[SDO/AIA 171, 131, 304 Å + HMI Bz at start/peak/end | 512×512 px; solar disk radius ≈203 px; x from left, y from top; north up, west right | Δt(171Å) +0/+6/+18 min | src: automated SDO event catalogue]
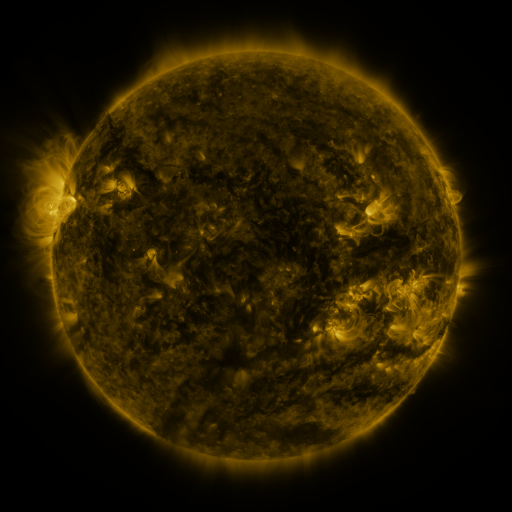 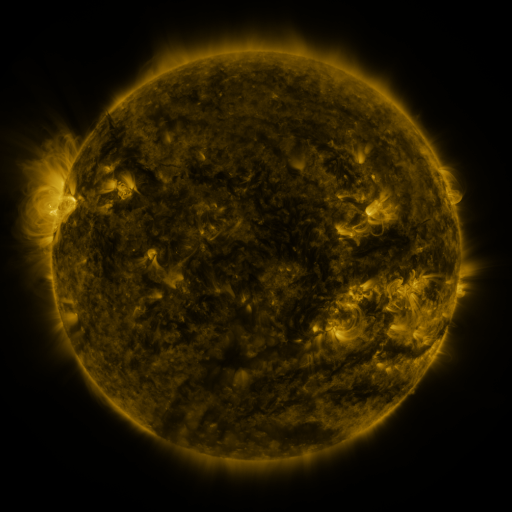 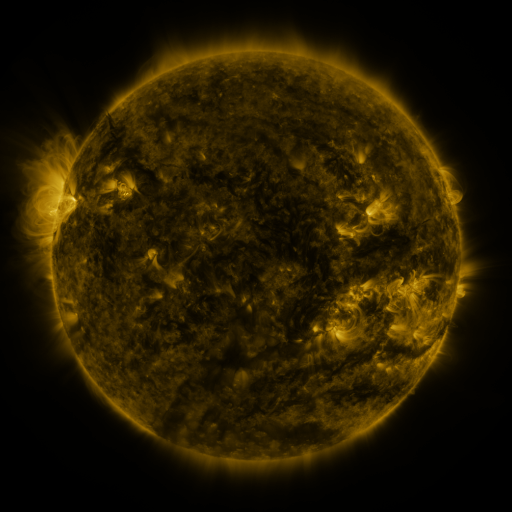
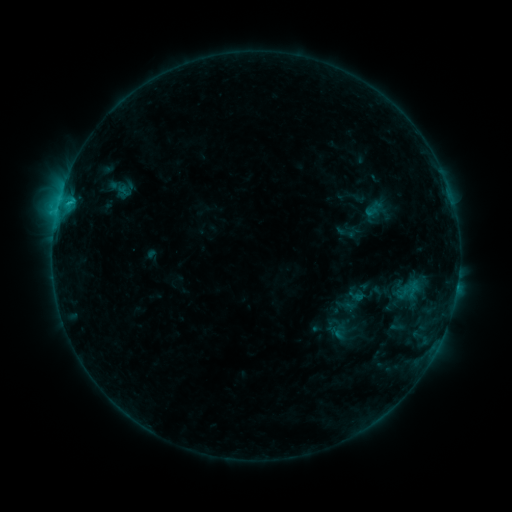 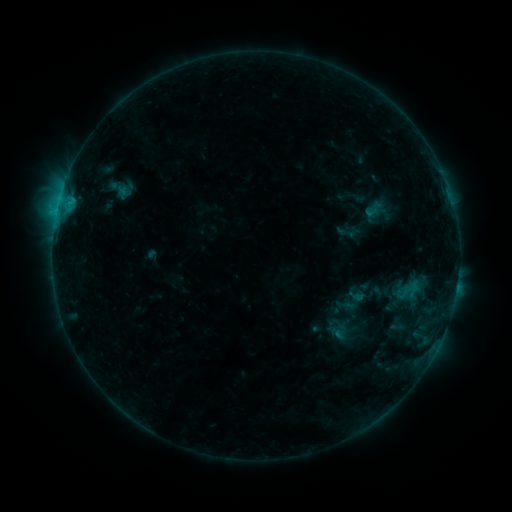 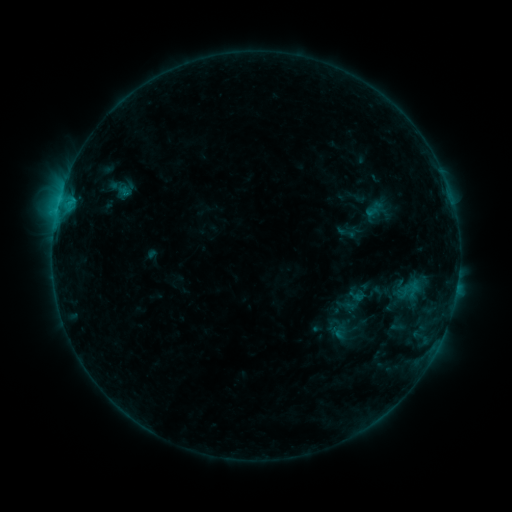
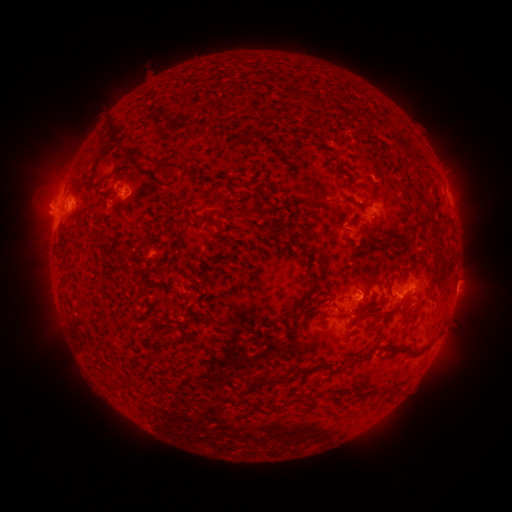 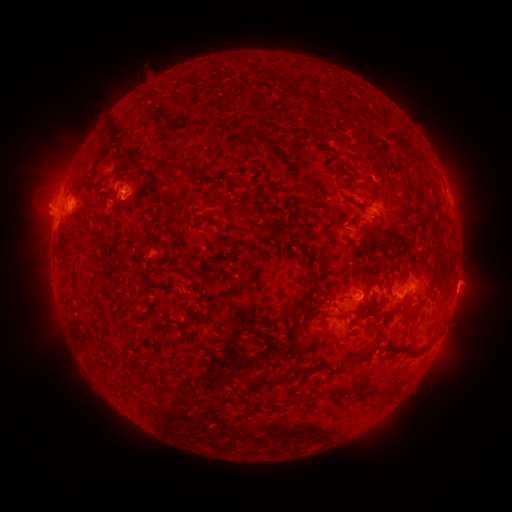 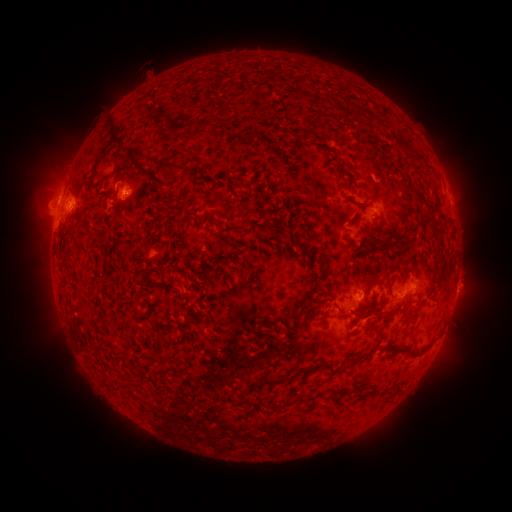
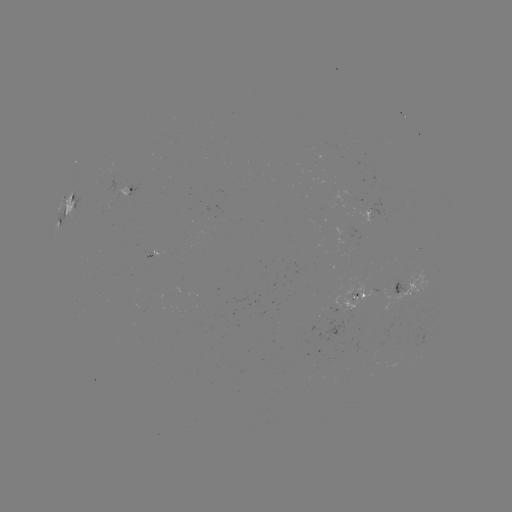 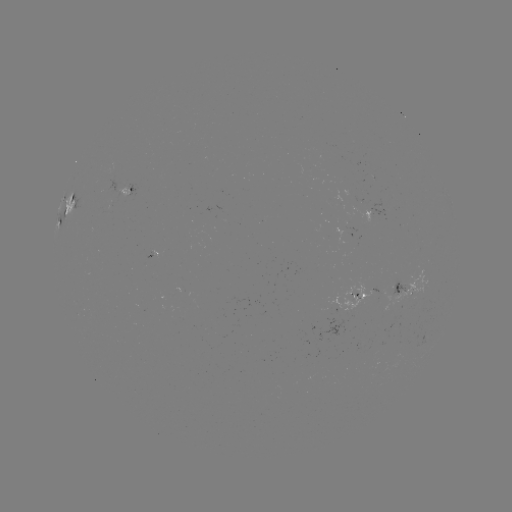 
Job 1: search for eruption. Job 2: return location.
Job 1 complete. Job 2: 467,284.